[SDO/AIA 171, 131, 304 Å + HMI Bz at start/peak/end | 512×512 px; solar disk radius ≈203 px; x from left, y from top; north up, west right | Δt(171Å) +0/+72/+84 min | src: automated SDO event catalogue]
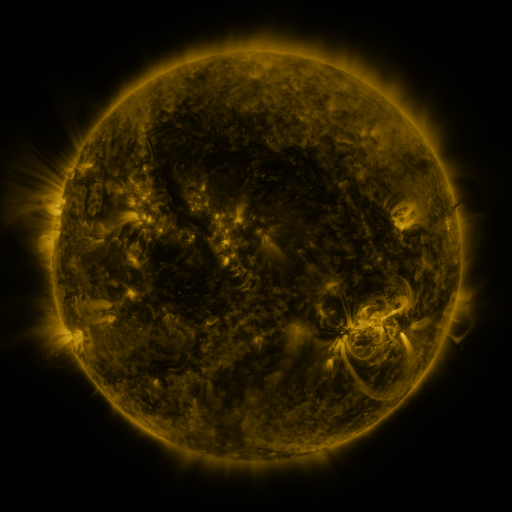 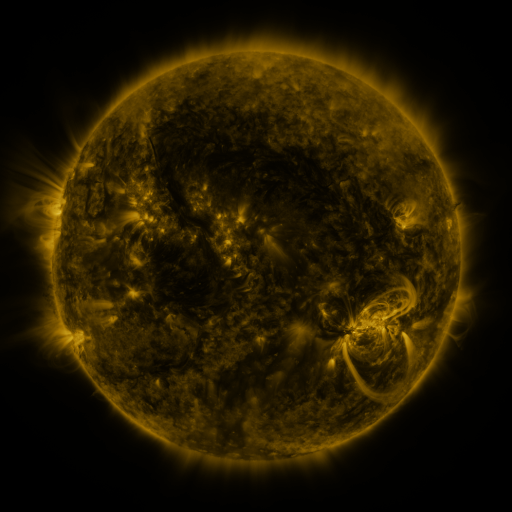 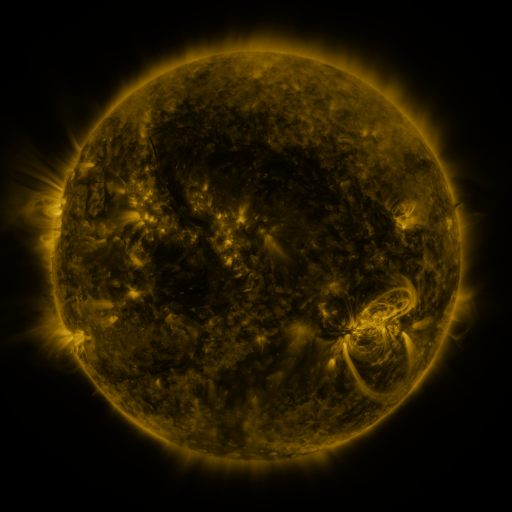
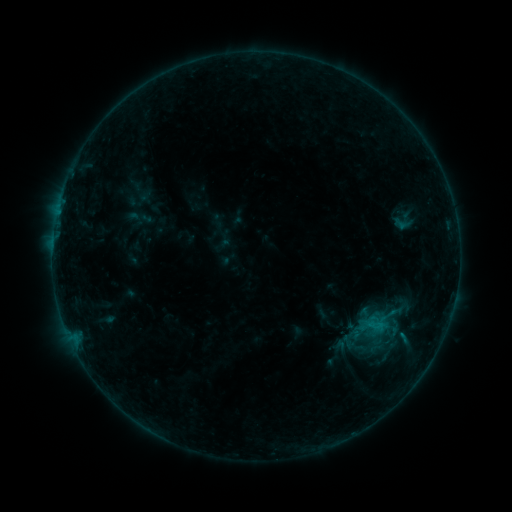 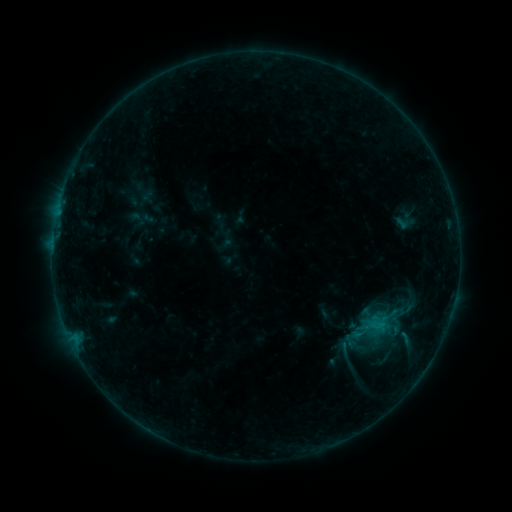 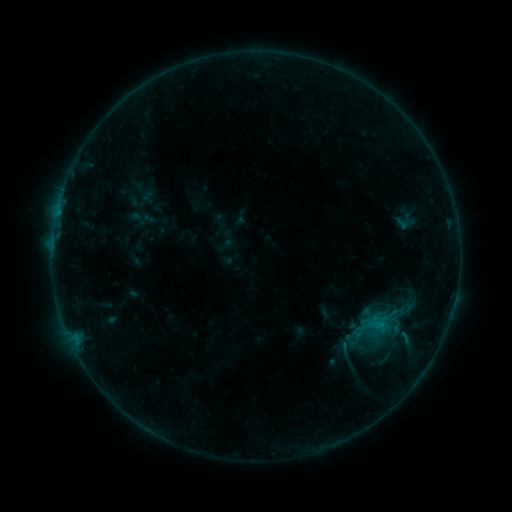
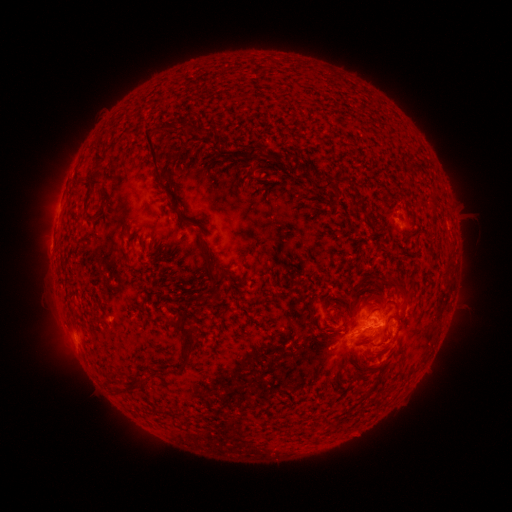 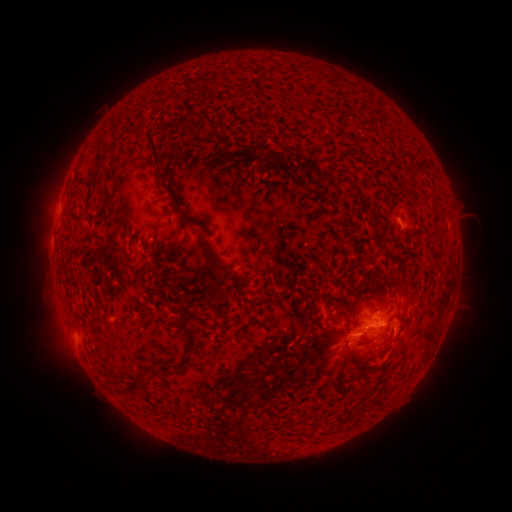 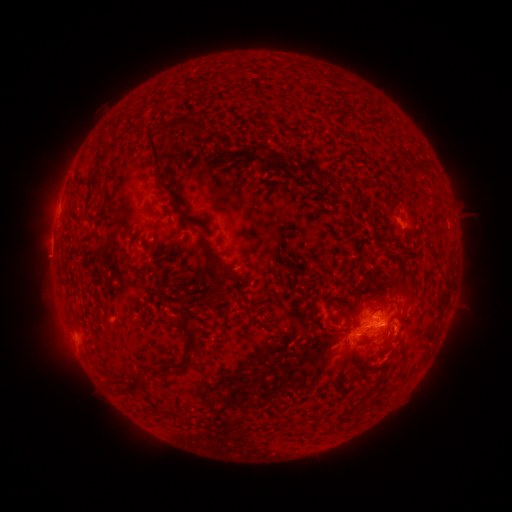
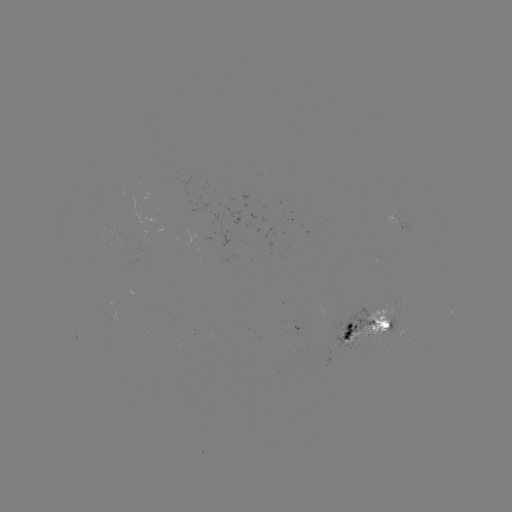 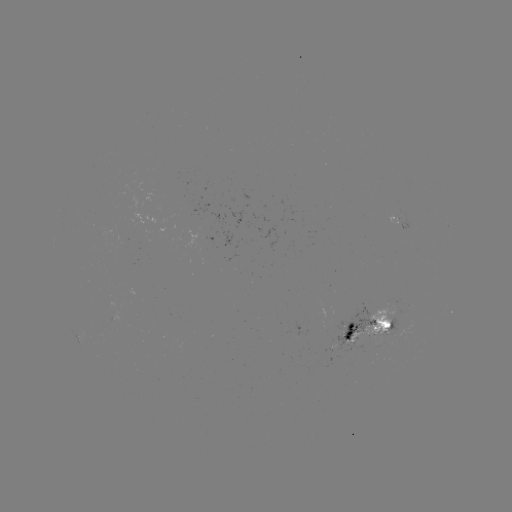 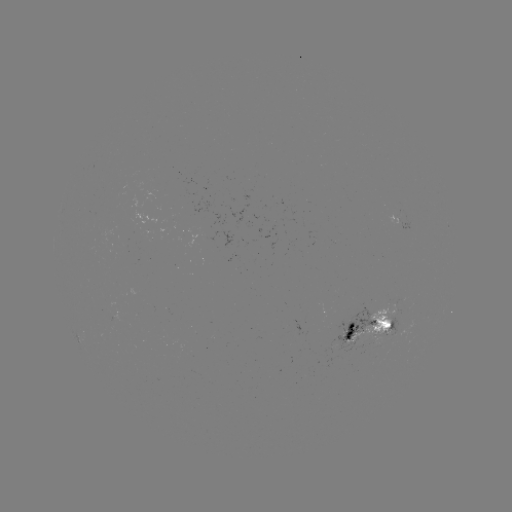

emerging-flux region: [375, 319, 395, 338]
